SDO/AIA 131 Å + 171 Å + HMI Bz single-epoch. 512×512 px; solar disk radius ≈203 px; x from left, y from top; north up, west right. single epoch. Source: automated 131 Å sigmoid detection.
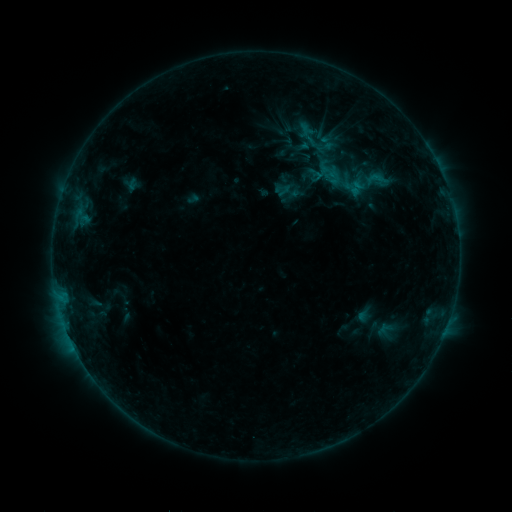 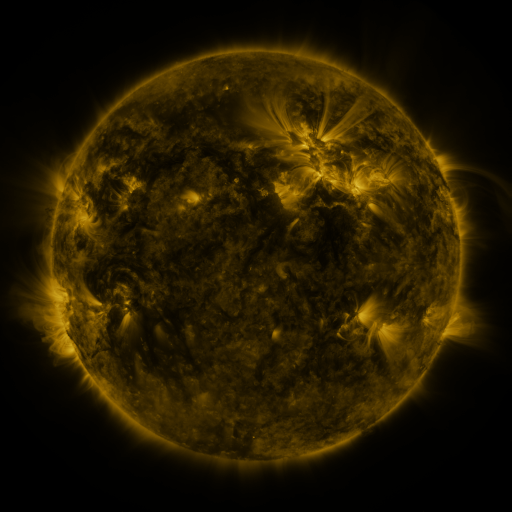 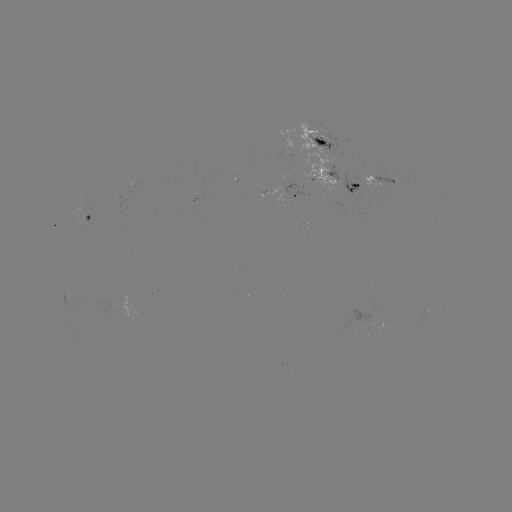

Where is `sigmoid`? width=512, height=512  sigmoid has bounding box [360, 166, 394, 193].